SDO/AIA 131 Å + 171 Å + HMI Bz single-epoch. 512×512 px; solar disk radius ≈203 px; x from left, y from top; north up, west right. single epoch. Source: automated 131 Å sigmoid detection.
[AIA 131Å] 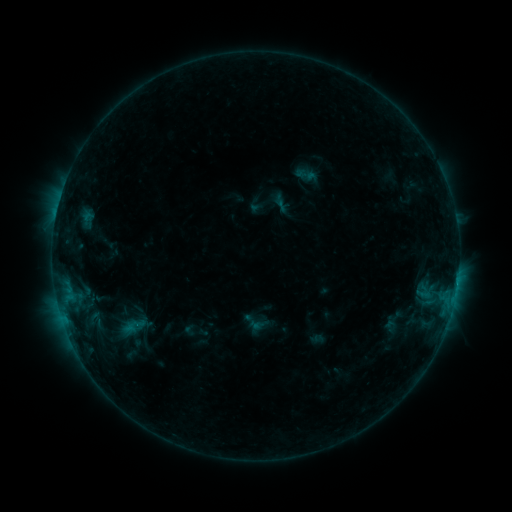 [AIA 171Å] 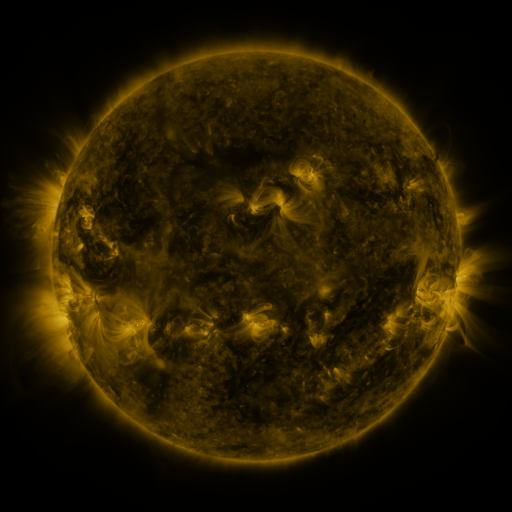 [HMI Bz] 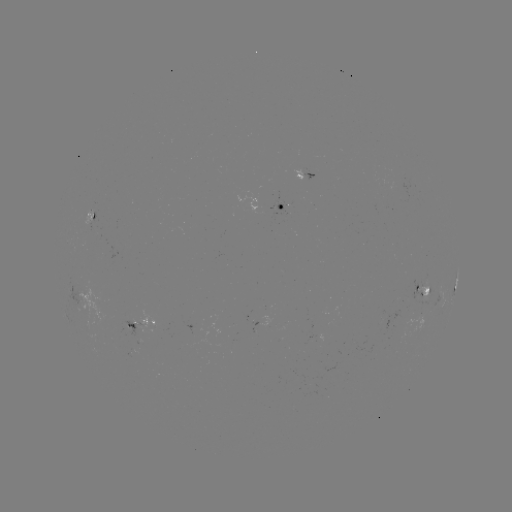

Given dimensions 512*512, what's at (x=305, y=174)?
sigmoid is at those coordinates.